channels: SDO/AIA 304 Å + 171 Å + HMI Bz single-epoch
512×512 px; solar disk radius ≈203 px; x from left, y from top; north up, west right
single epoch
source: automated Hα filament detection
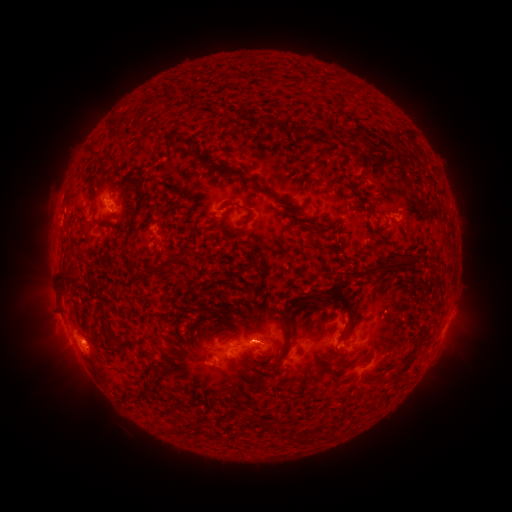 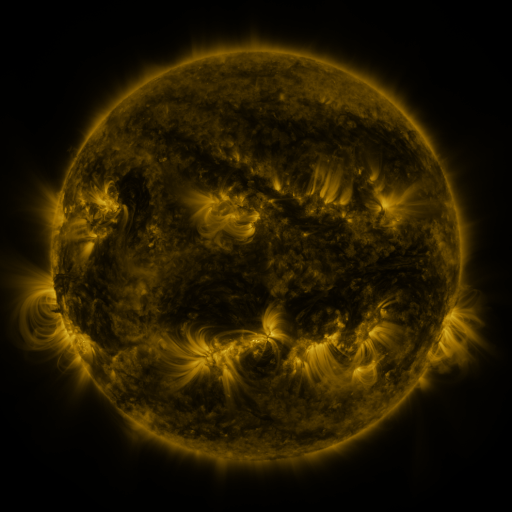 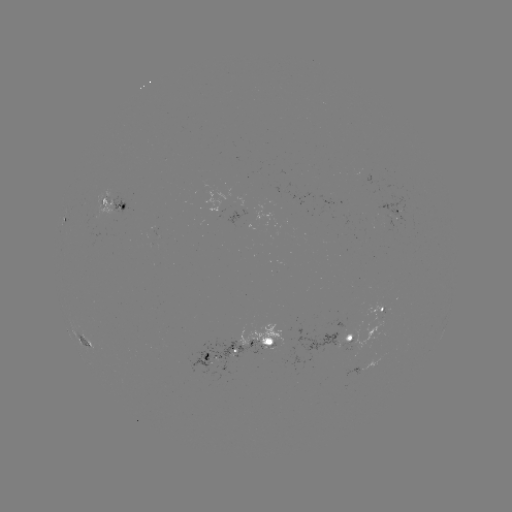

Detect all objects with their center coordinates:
filament: [242, 176, 259, 186]
filament: [219, 201, 246, 211]
filament: [135, 205, 141, 215]
filament: [308, 220, 326, 230]
filament: [127, 252, 137, 259]
filament: [364, 255, 419, 274]
filament: [58, 268, 79, 284]
filament: [321, 284, 353, 326]
filament: [306, 294, 320, 303]
filament: [281, 337, 290, 358]
filament: [201, 351, 209, 361]
filament: [382, 356, 416, 384]
